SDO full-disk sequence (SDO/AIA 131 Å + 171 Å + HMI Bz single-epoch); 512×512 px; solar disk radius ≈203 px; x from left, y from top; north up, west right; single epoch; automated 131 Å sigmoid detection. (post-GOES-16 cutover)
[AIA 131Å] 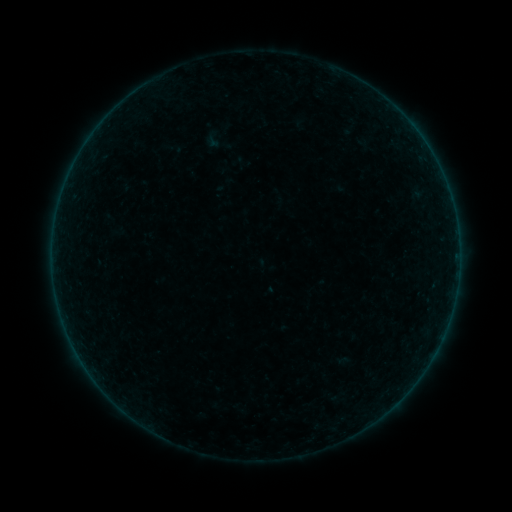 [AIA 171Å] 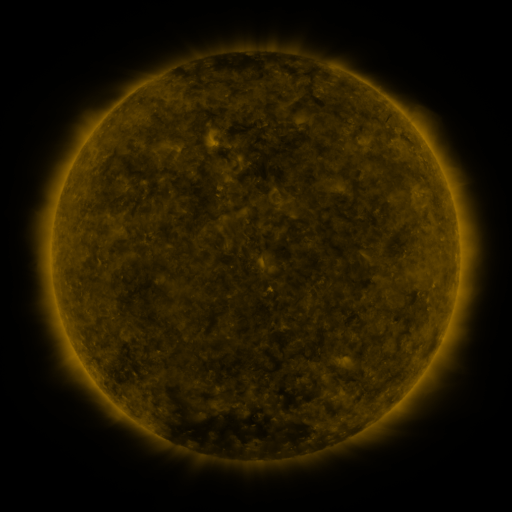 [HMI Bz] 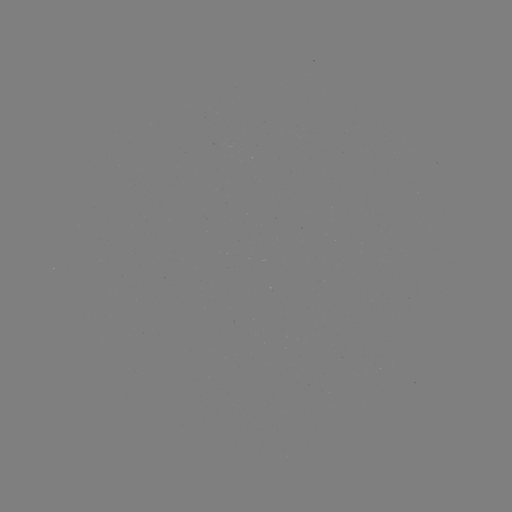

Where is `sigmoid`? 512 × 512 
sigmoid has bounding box [203, 125, 234, 156].